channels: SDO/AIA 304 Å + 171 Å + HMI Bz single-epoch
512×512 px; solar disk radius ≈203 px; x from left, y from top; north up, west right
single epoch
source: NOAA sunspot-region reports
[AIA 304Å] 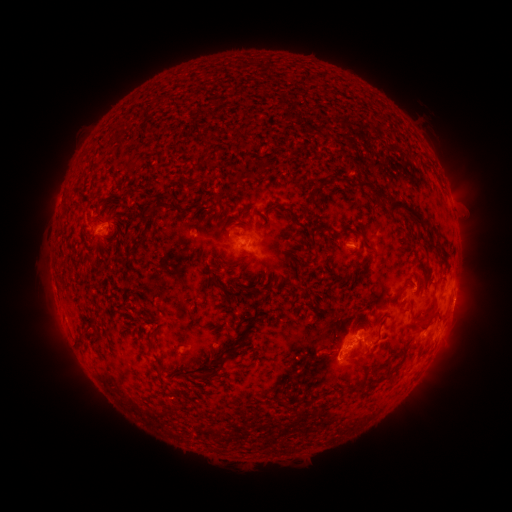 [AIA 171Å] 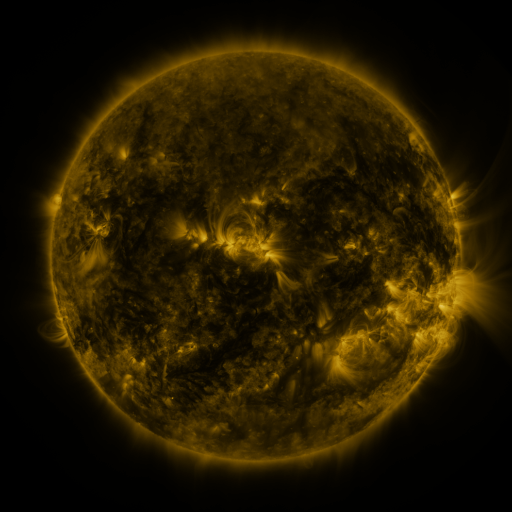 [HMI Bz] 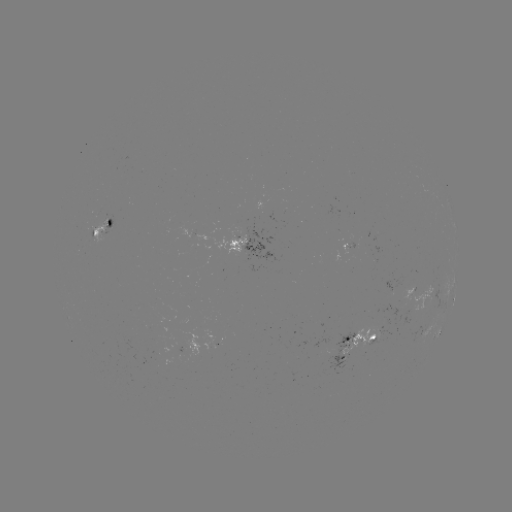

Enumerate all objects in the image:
spotted active region: (102, 231)
spotted active region: (245, 249)
spotted active region: (419, 297)
spotted active region: (451, 299)
spotted active region: (441, 327)
spotted active region: (359, 345)
